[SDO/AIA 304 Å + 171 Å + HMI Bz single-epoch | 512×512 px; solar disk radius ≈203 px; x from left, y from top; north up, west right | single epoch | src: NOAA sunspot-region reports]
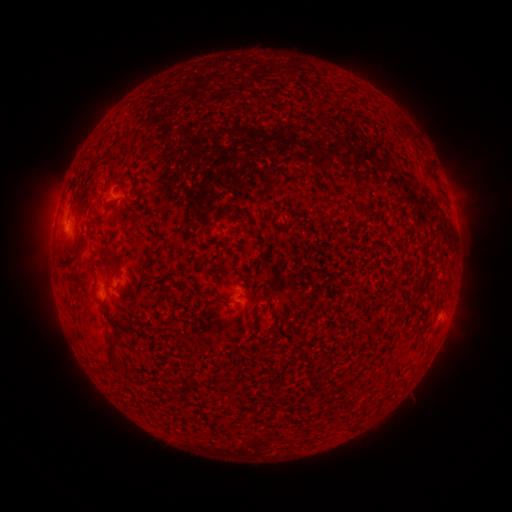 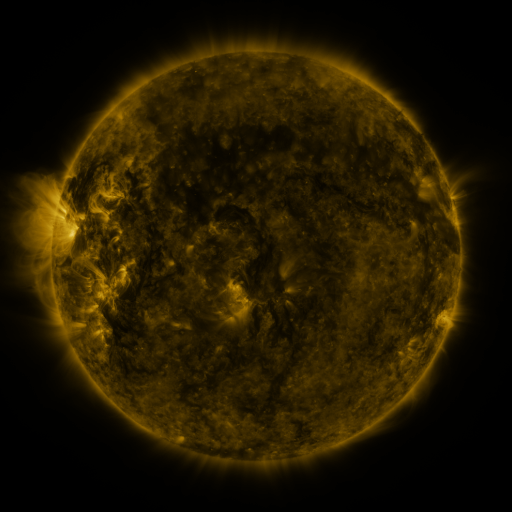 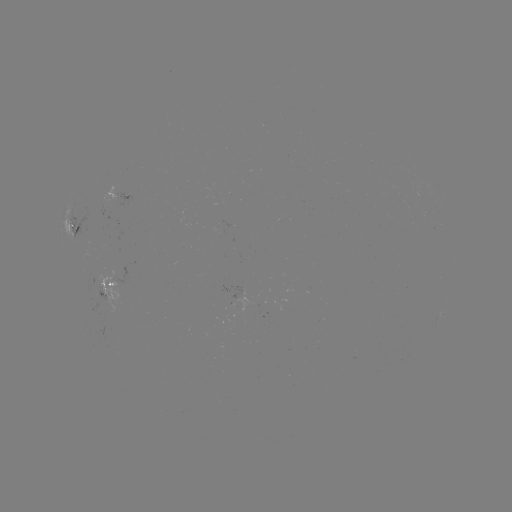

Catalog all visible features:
spotted active region: (127, 199)
spotted active region: (76, 230)
spotted active region: (110, 286)
spotted active region: (441, 316)
